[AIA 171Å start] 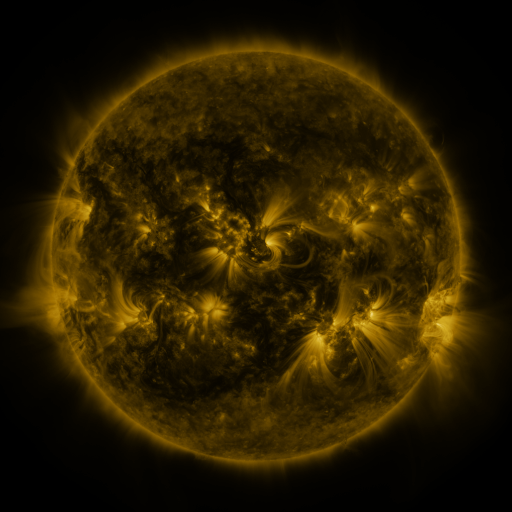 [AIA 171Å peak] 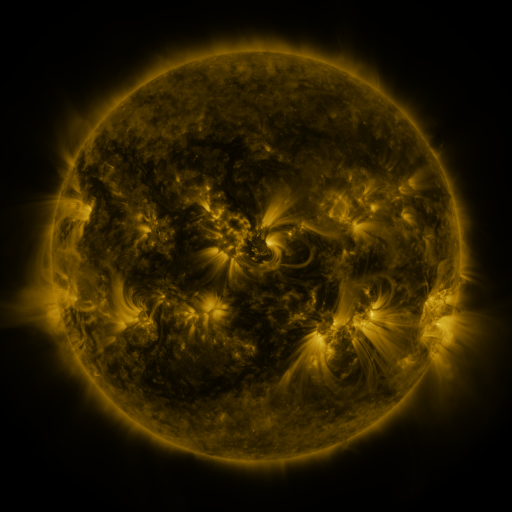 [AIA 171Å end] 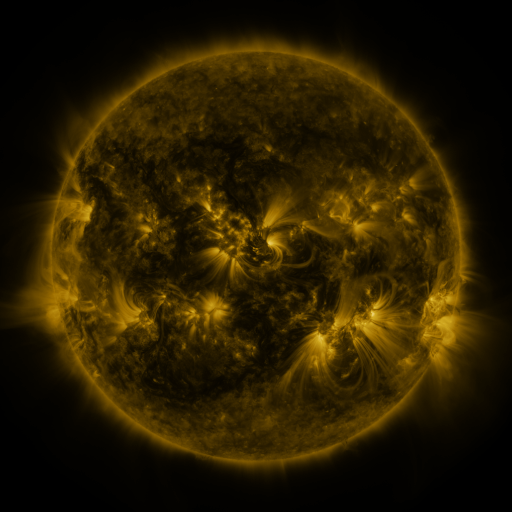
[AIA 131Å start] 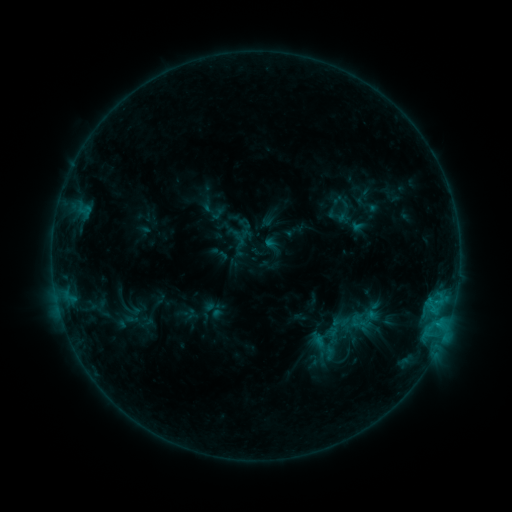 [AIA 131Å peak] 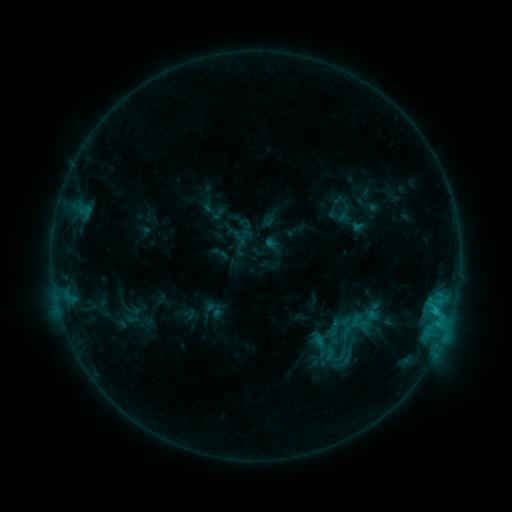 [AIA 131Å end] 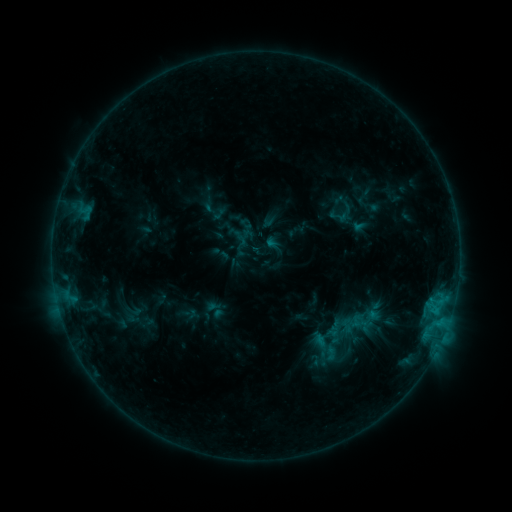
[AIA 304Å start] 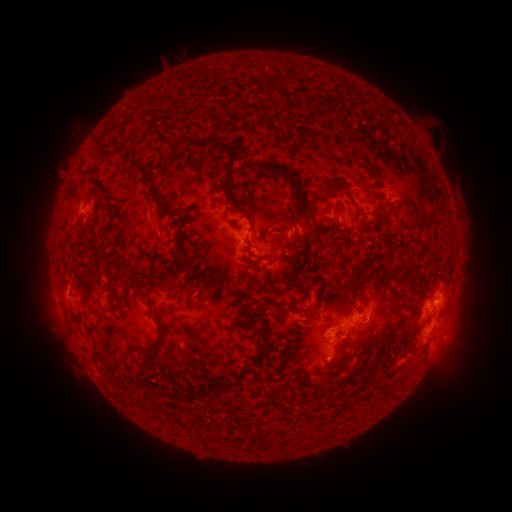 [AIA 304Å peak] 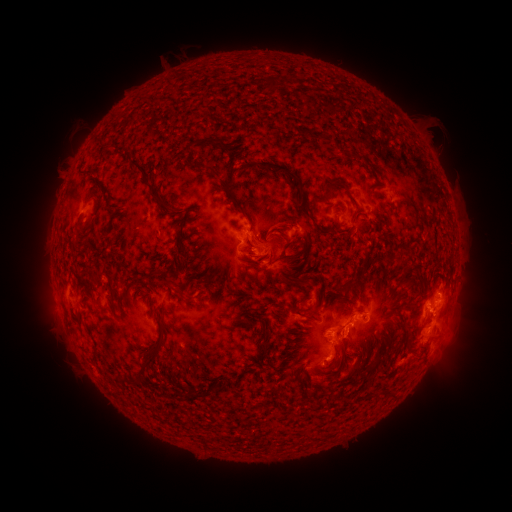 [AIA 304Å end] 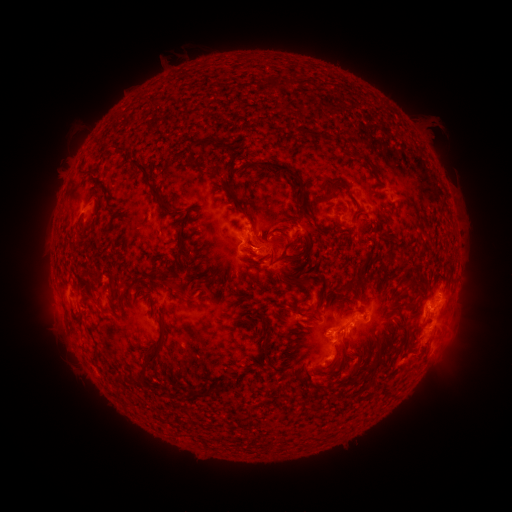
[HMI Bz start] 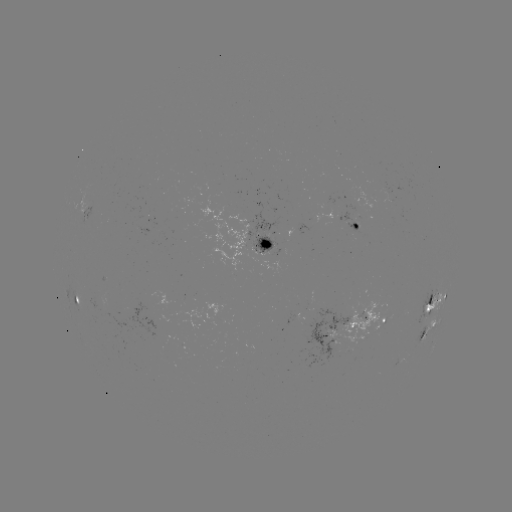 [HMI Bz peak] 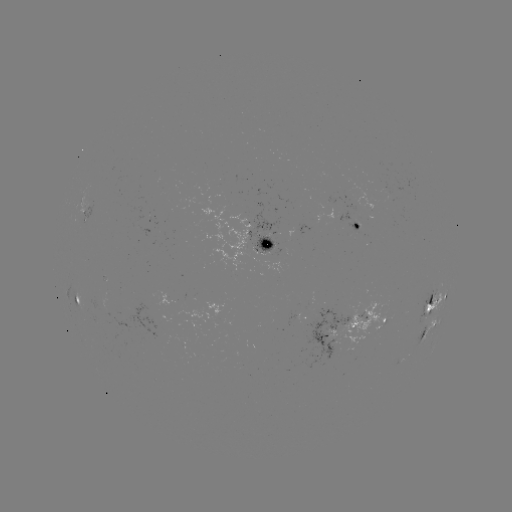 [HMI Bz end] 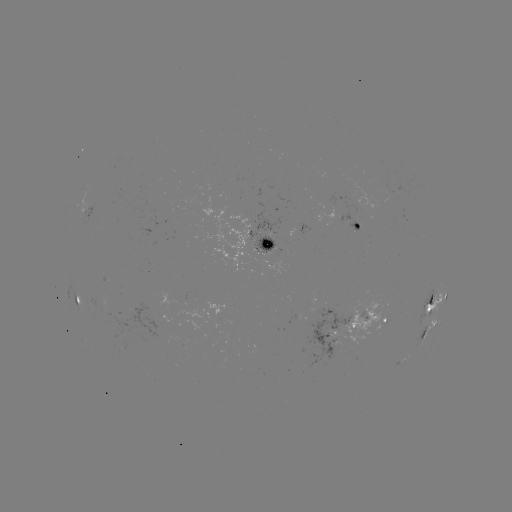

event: flare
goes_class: C1.6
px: (435, 308)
